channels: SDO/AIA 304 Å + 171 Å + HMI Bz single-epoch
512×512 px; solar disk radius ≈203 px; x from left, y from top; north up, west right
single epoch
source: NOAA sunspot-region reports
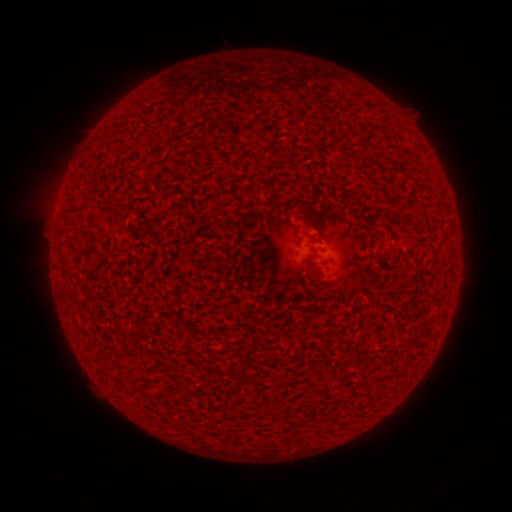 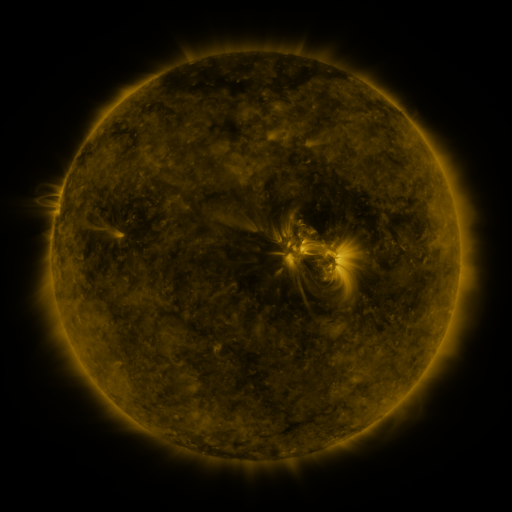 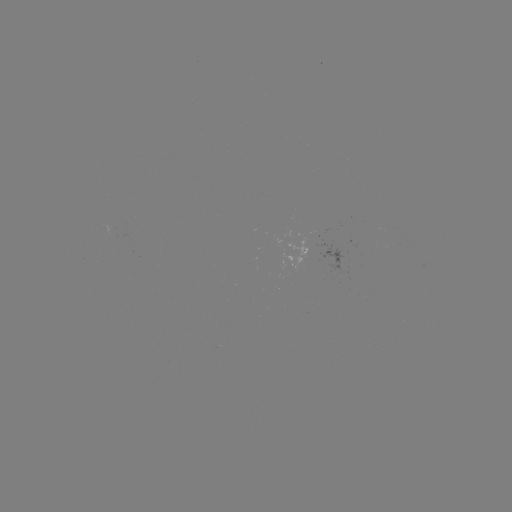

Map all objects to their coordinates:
(none)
